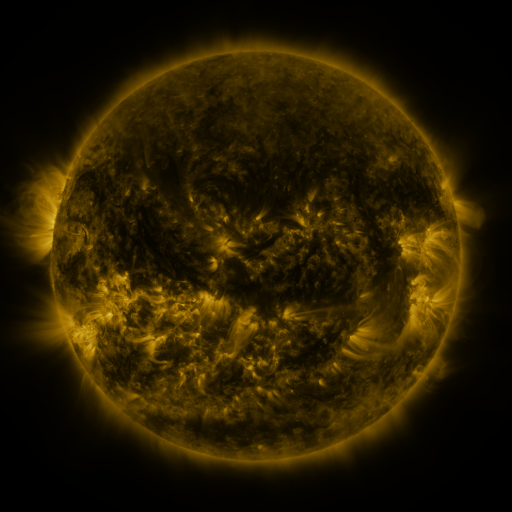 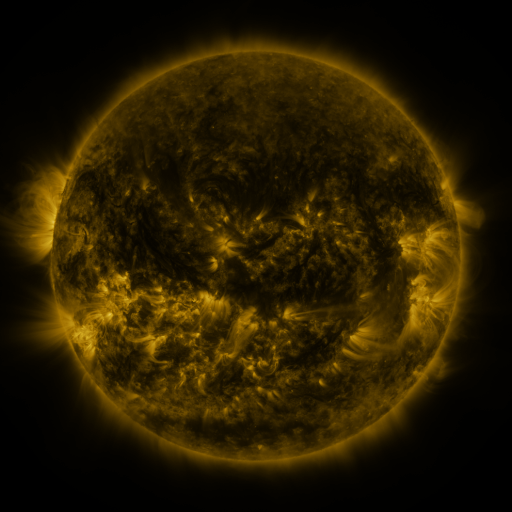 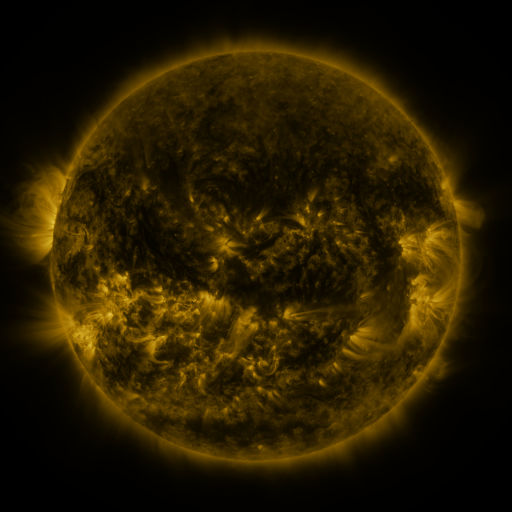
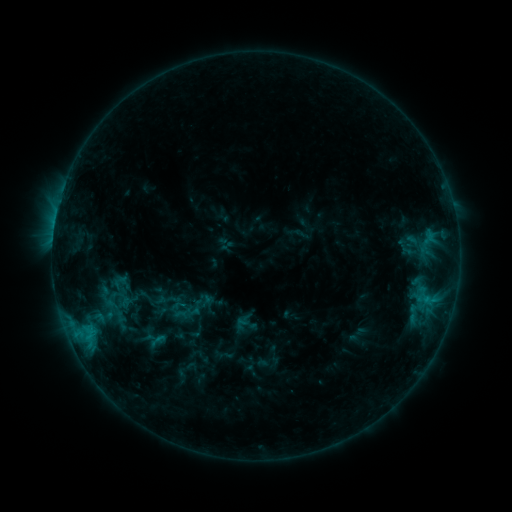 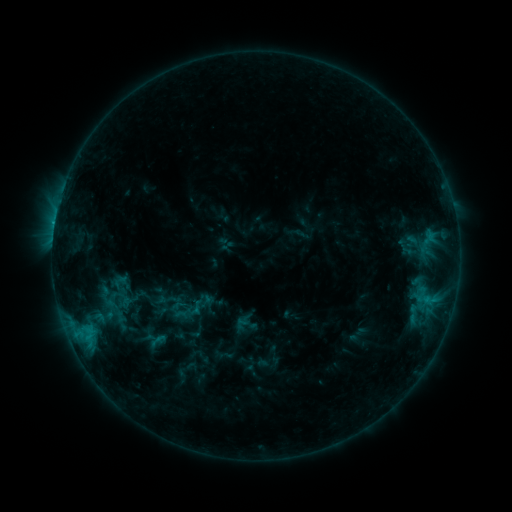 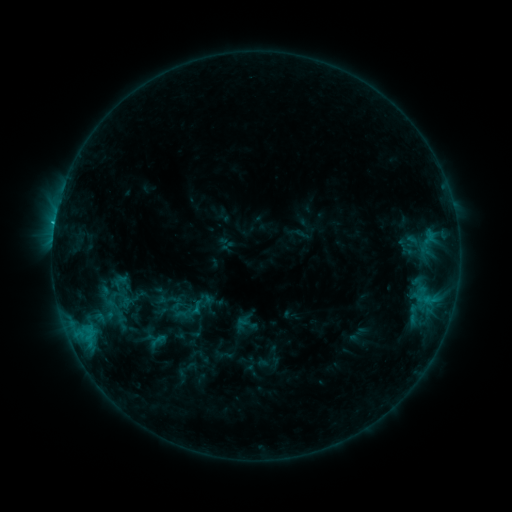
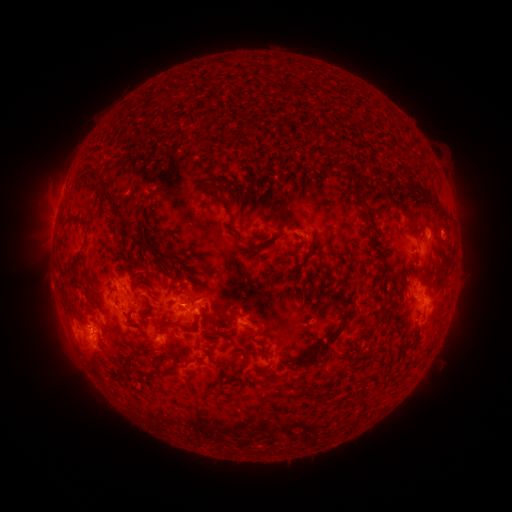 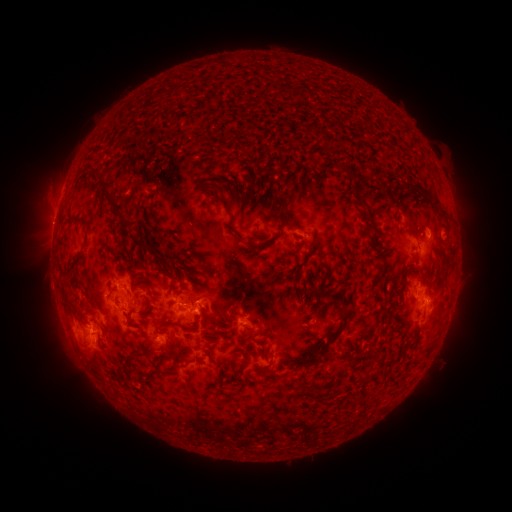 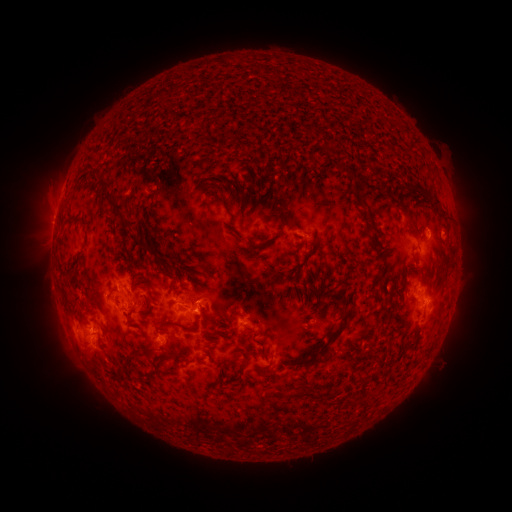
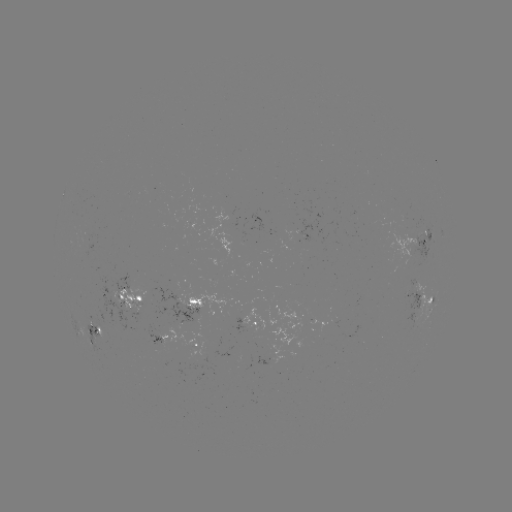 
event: eruption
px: (48, 225)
